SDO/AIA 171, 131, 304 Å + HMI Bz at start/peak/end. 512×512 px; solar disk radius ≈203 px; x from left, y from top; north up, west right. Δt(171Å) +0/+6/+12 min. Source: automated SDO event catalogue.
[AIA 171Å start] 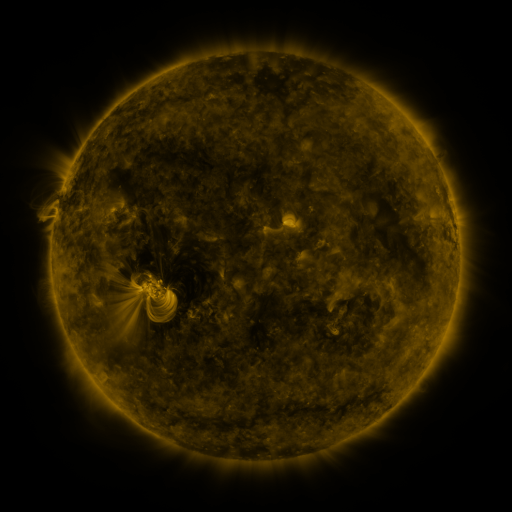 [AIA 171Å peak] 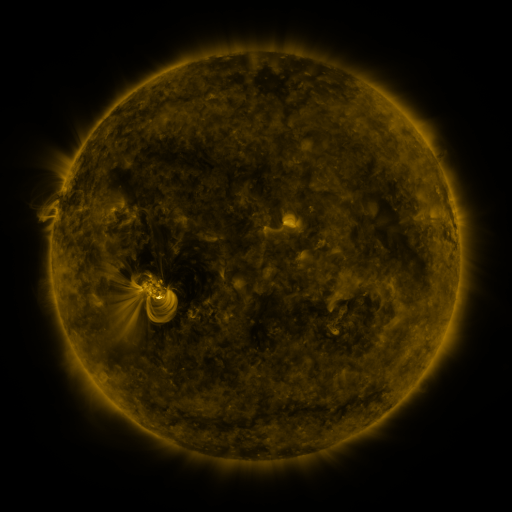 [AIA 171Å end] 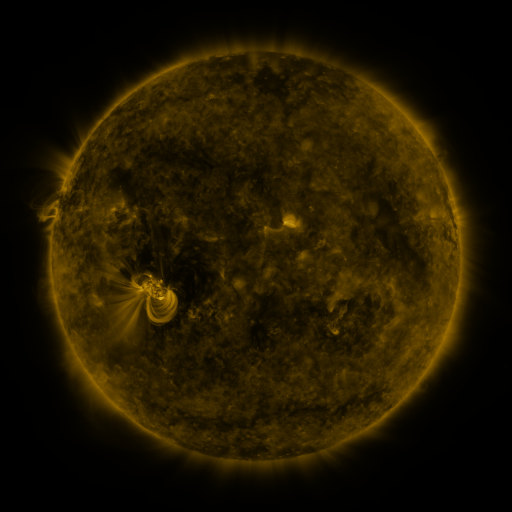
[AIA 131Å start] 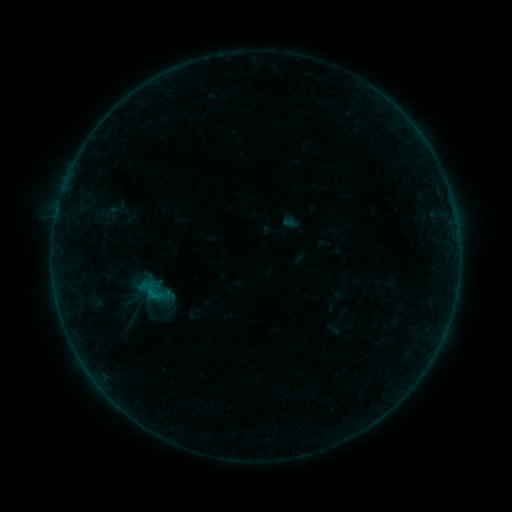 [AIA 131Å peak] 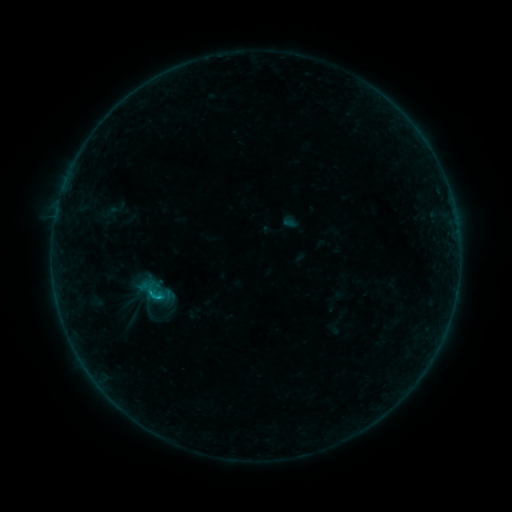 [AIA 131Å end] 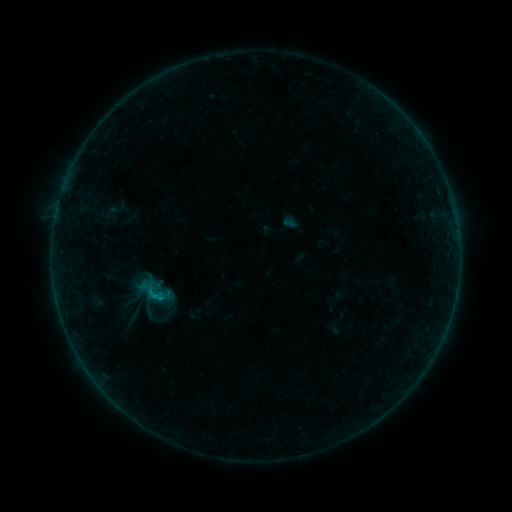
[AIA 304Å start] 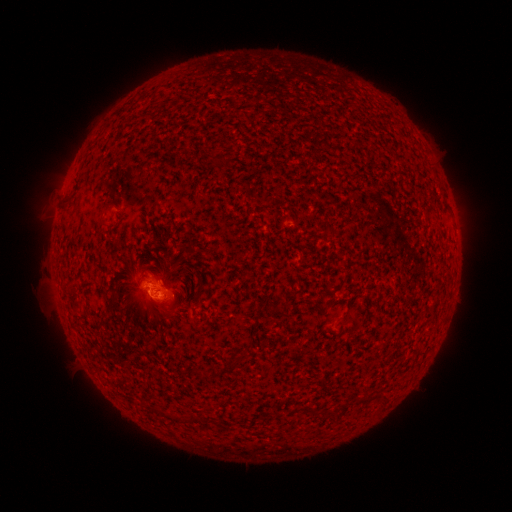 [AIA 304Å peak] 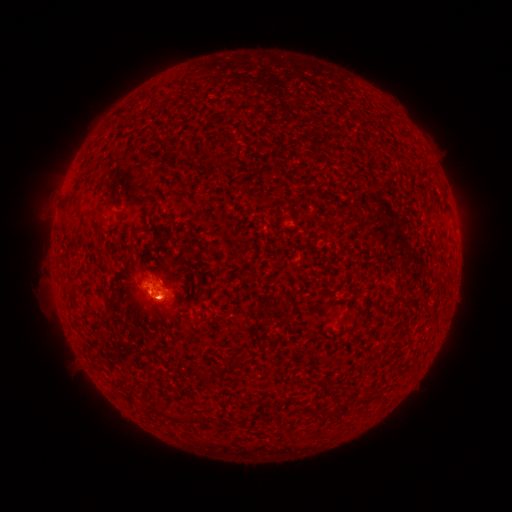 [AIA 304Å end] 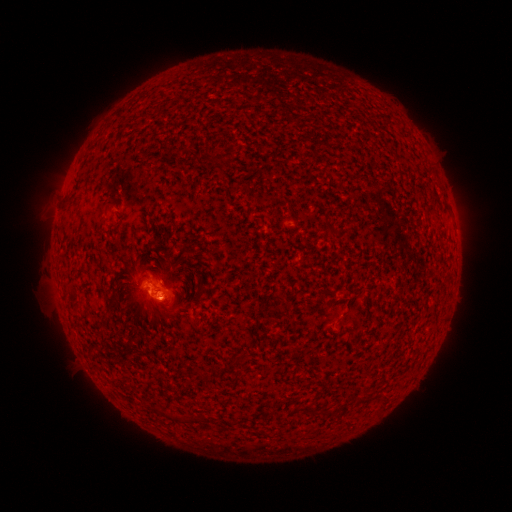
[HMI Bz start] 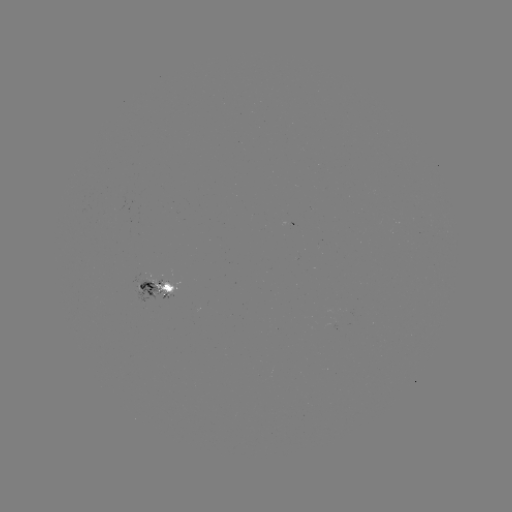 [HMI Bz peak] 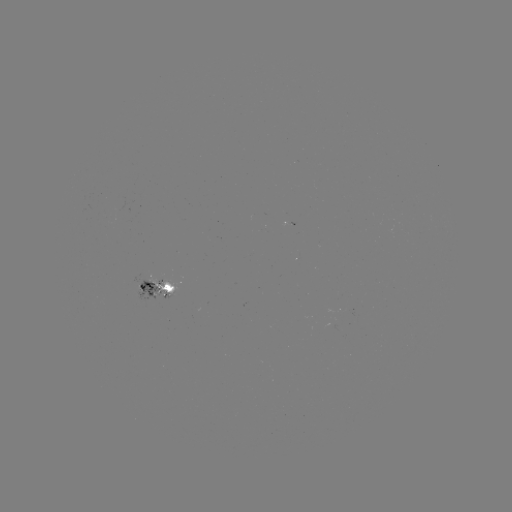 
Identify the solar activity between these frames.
B4.6 flare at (161, 296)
